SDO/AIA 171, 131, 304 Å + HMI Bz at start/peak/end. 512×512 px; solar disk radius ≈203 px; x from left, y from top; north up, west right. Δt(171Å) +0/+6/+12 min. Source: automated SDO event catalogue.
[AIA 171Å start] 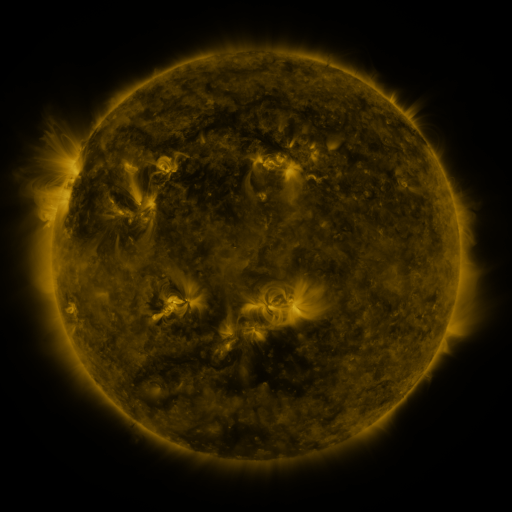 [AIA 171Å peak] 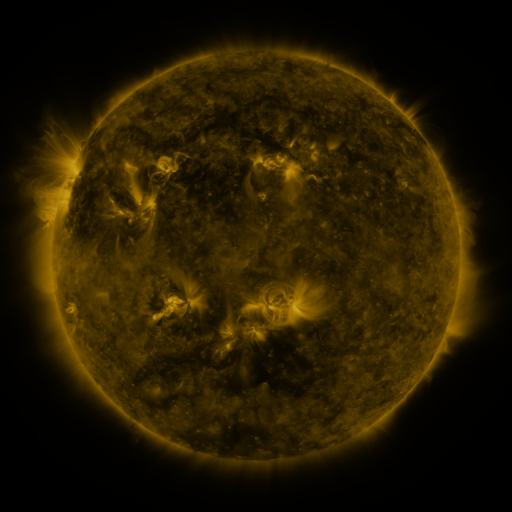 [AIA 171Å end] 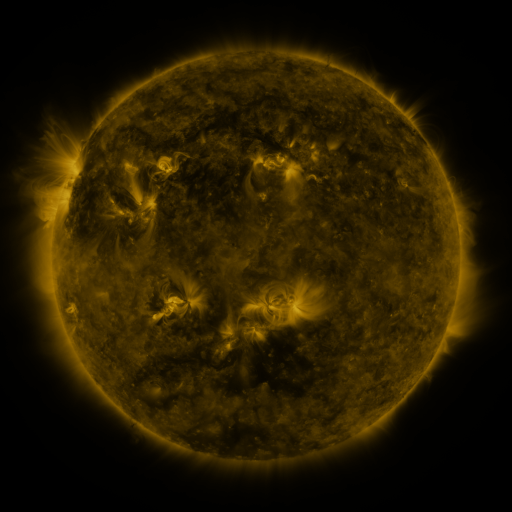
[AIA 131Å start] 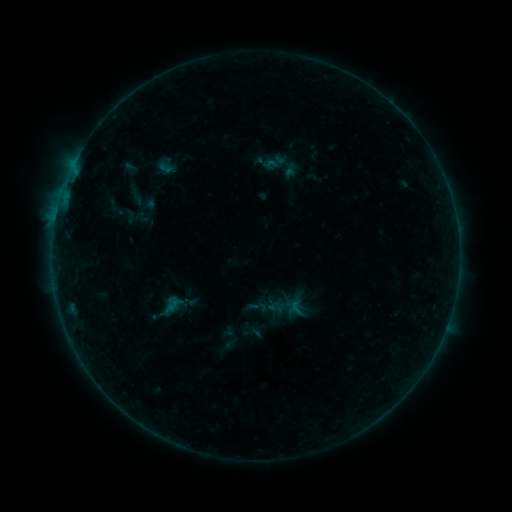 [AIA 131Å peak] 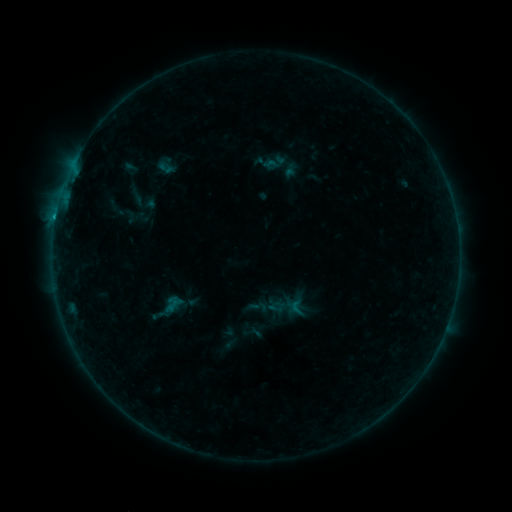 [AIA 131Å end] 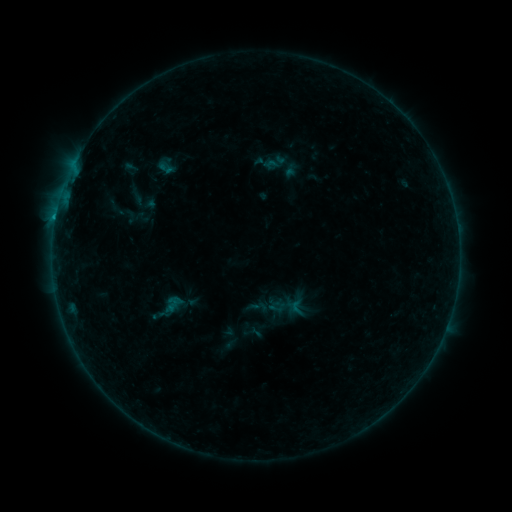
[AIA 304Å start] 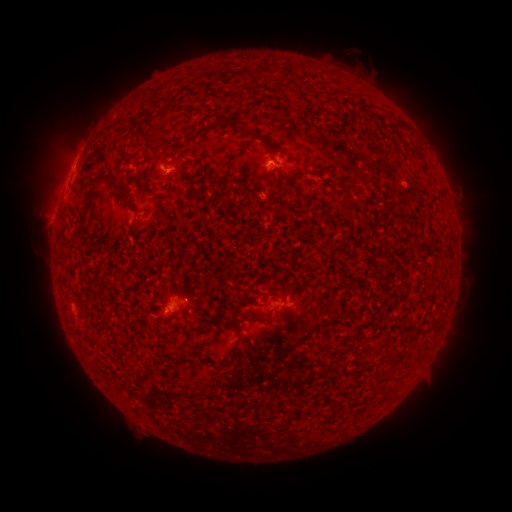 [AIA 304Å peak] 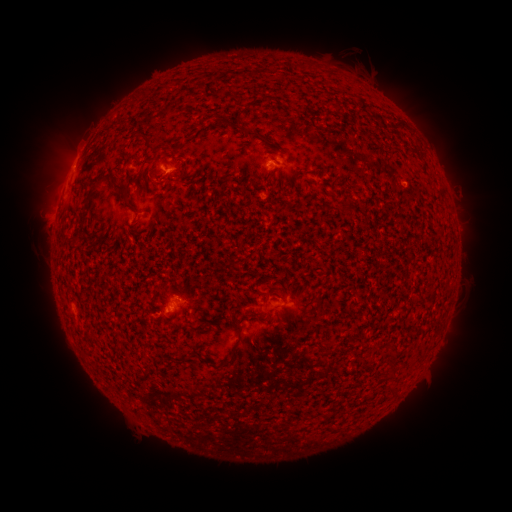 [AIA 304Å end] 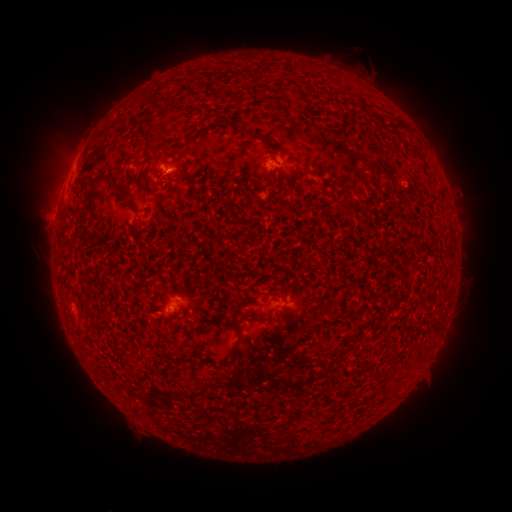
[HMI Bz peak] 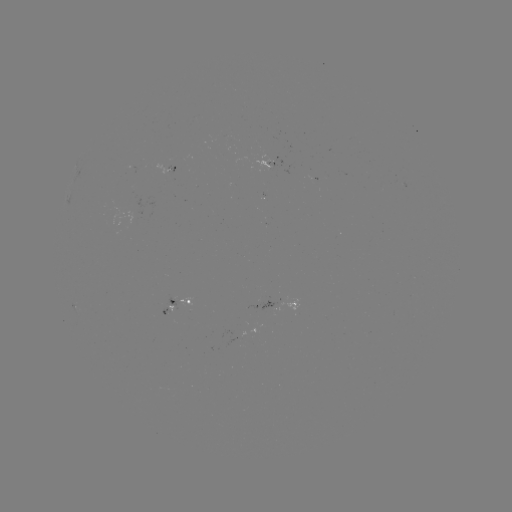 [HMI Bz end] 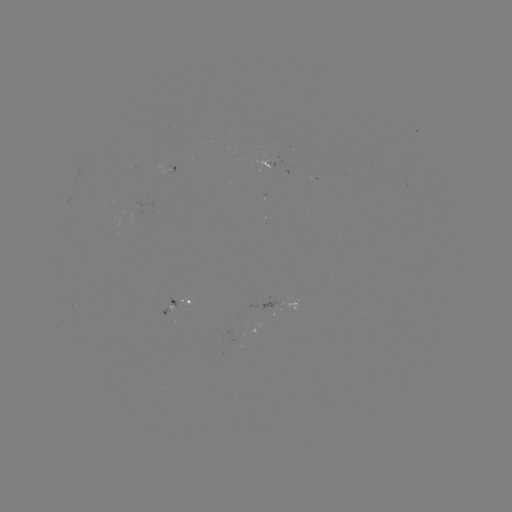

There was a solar flare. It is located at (266, 164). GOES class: B3.8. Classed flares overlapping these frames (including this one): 1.